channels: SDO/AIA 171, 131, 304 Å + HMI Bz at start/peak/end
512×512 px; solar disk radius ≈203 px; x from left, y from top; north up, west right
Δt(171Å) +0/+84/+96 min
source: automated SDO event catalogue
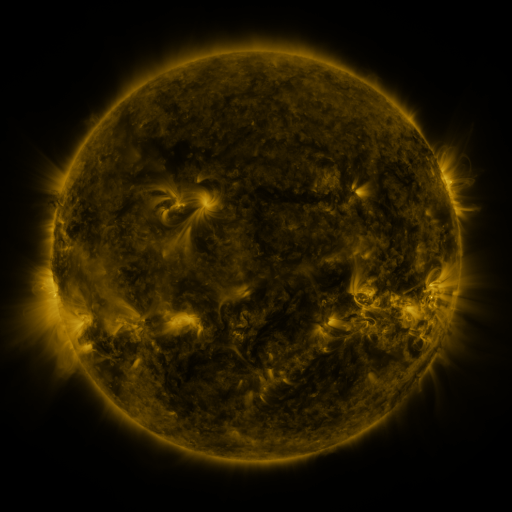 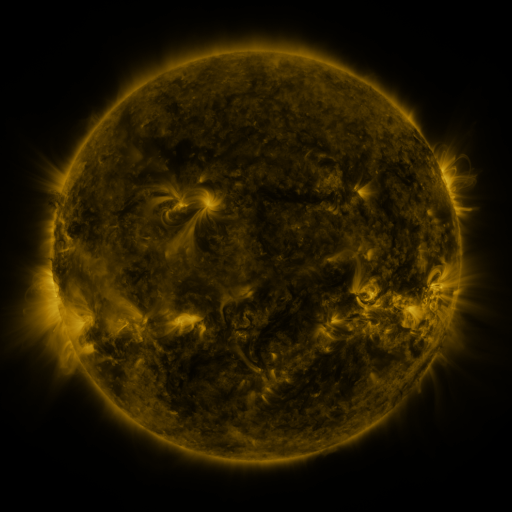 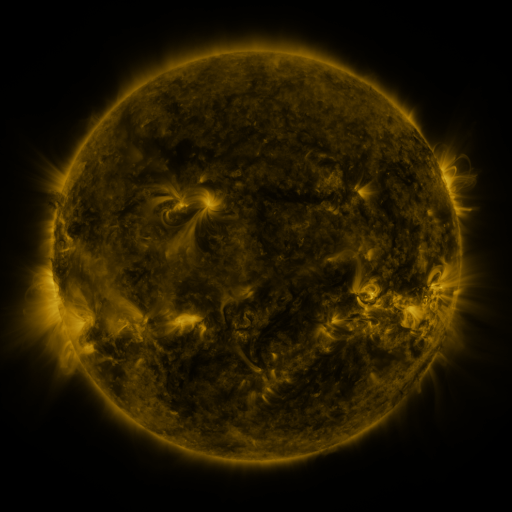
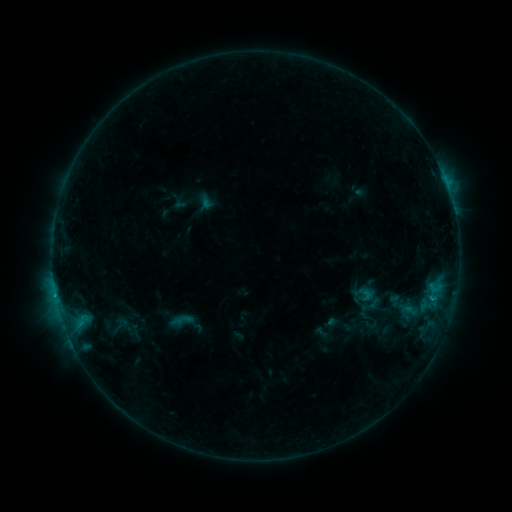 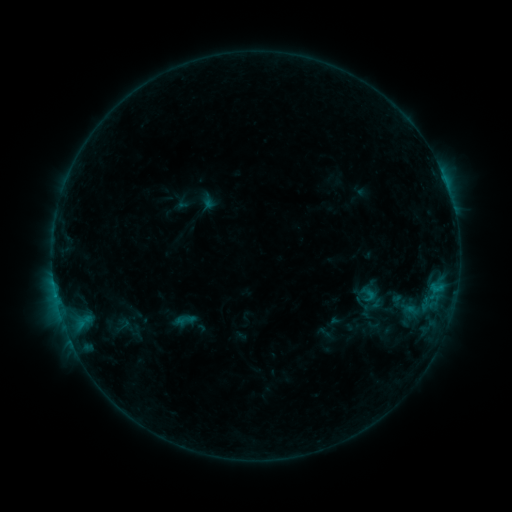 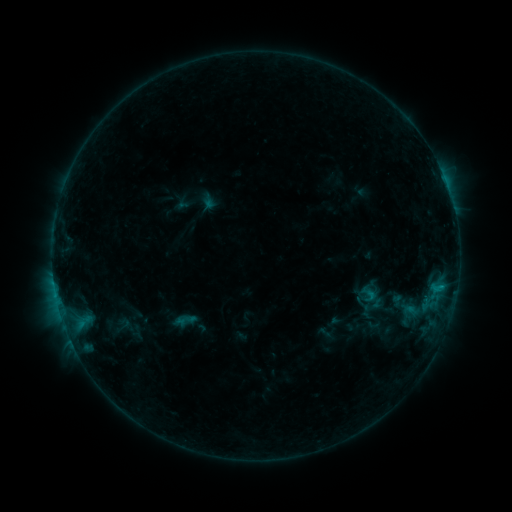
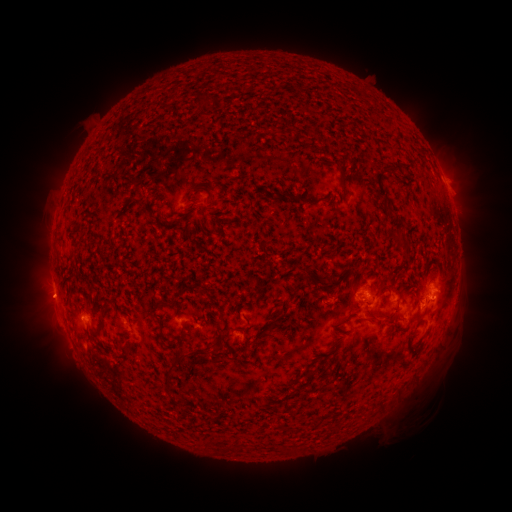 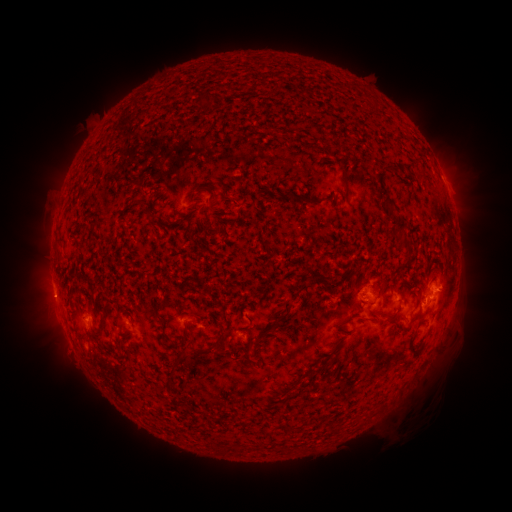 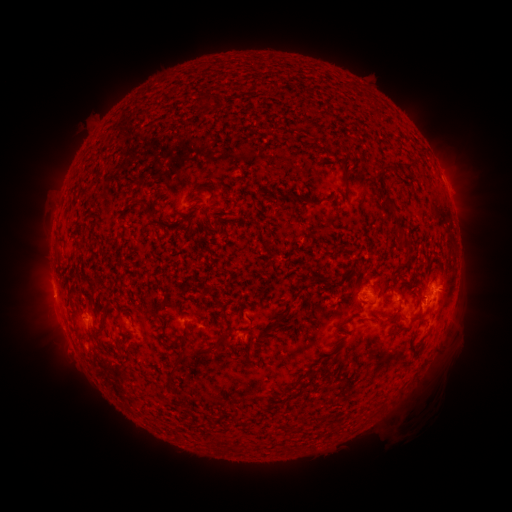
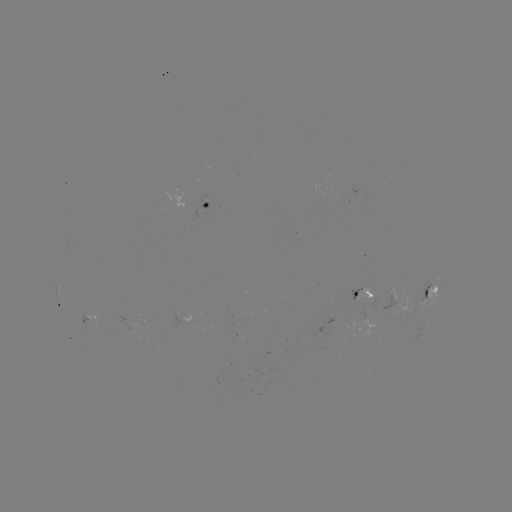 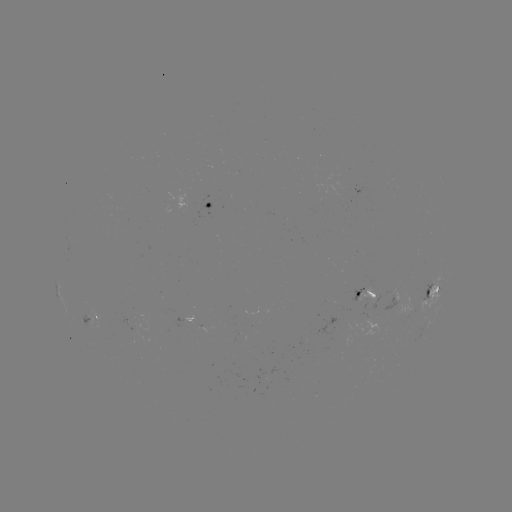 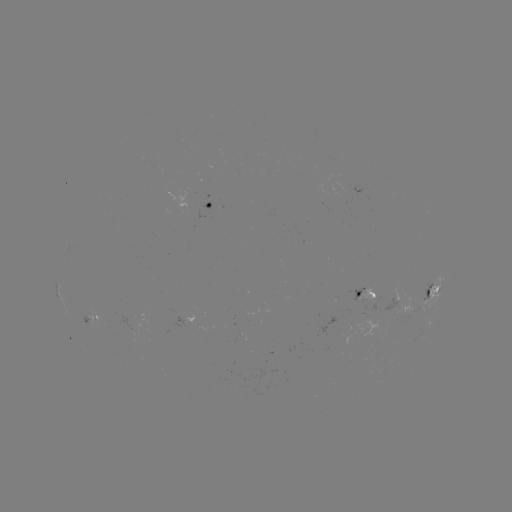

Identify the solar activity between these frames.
emerging-flux region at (94, 317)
